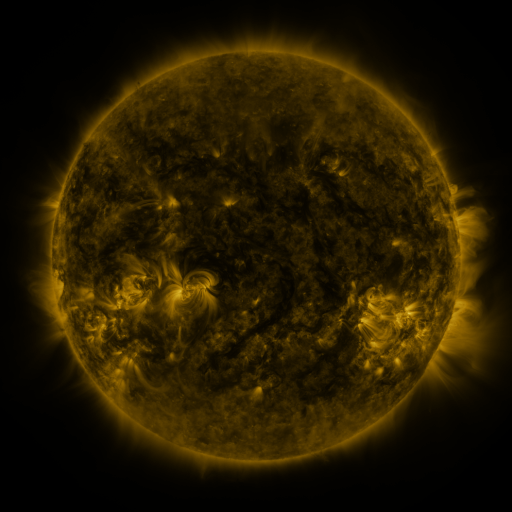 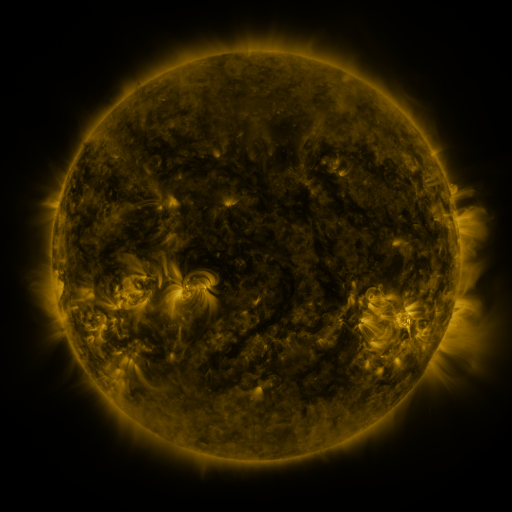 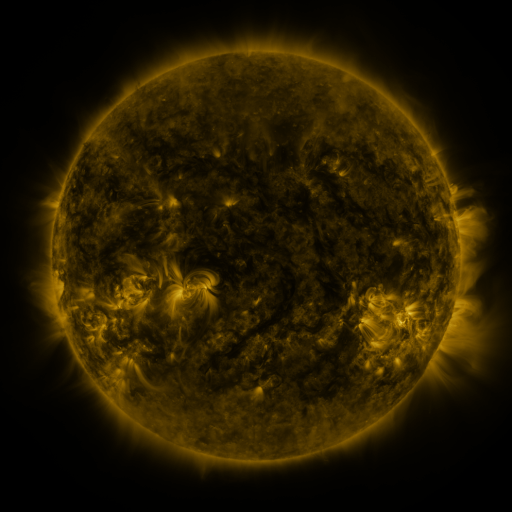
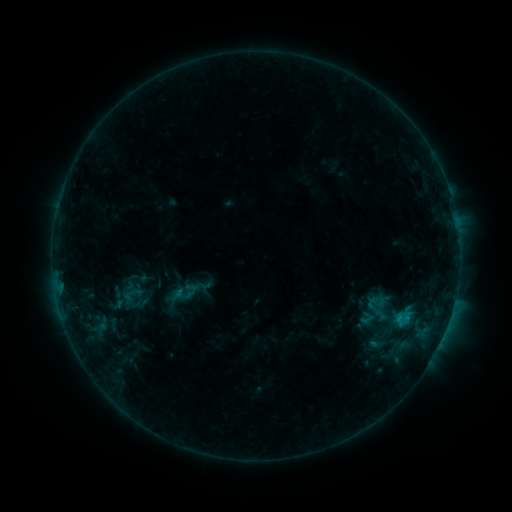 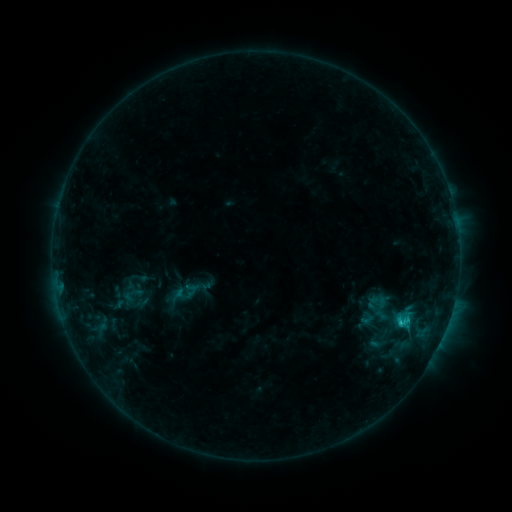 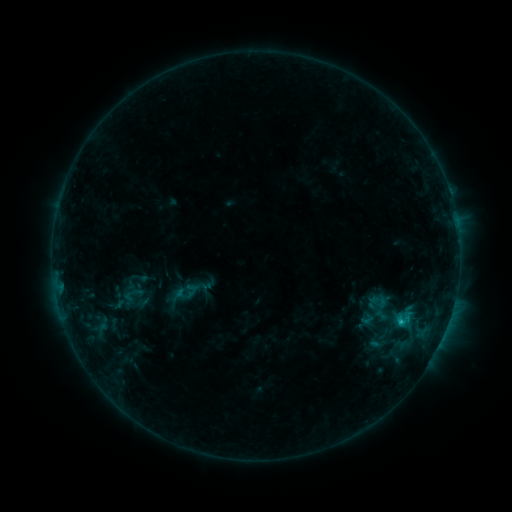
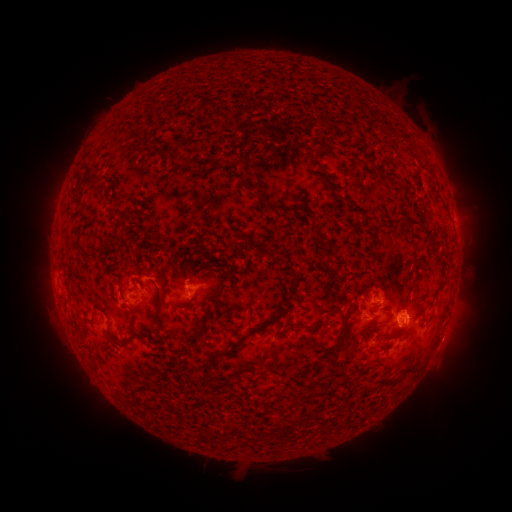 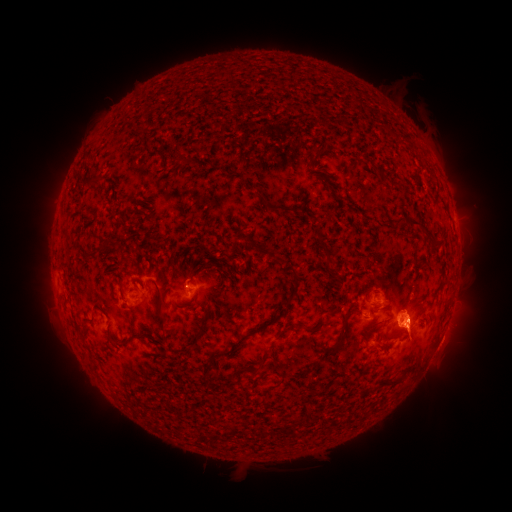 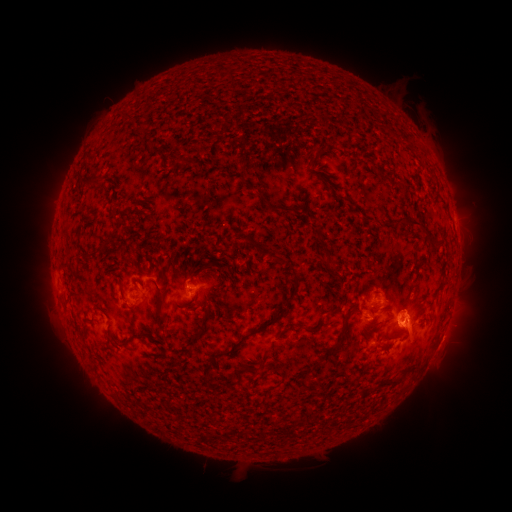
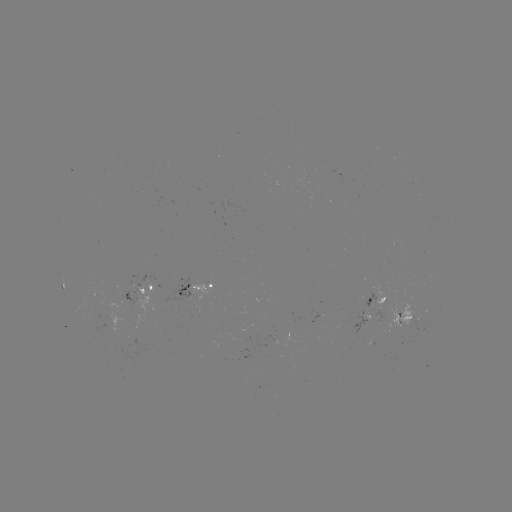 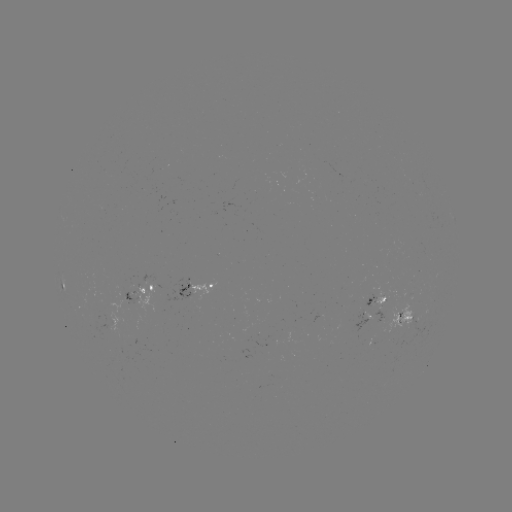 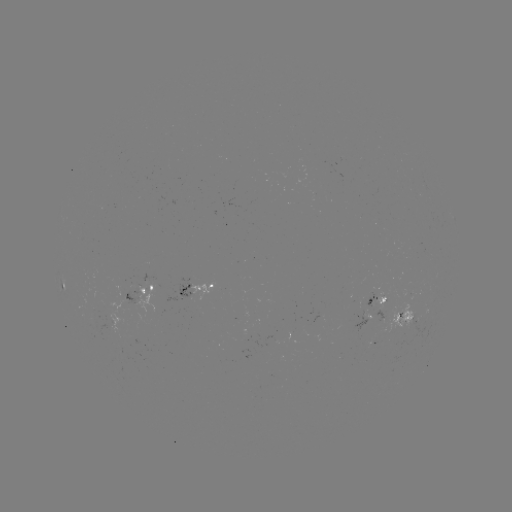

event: flare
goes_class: C1.0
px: (400, 322)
